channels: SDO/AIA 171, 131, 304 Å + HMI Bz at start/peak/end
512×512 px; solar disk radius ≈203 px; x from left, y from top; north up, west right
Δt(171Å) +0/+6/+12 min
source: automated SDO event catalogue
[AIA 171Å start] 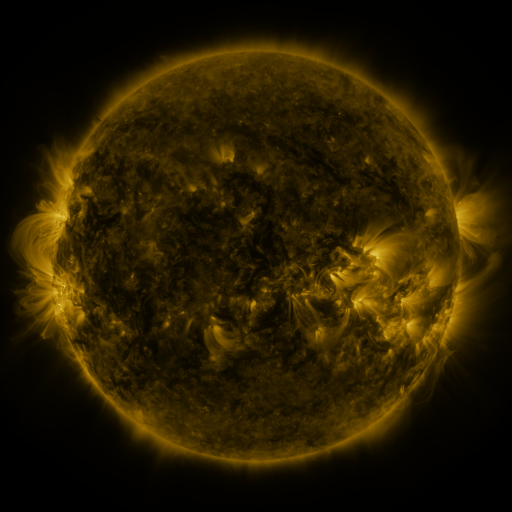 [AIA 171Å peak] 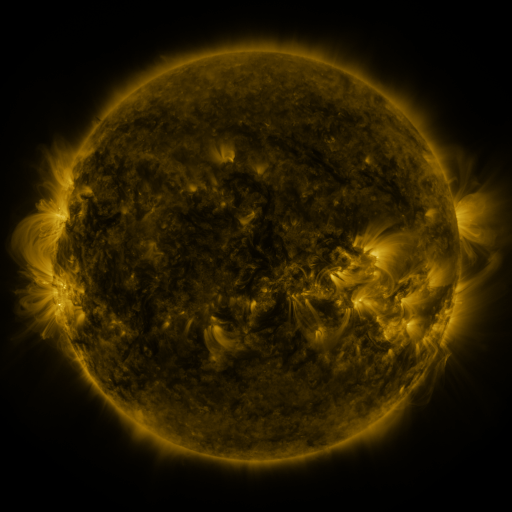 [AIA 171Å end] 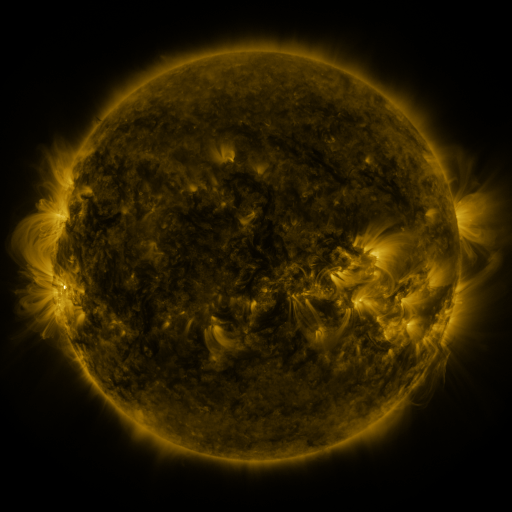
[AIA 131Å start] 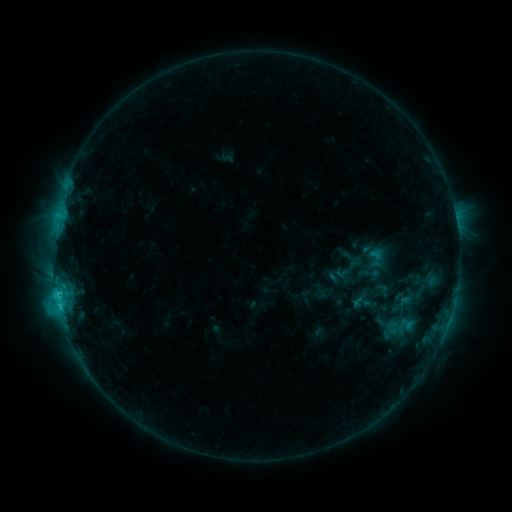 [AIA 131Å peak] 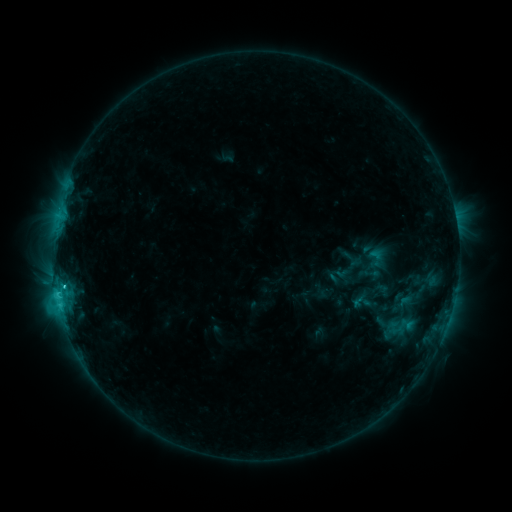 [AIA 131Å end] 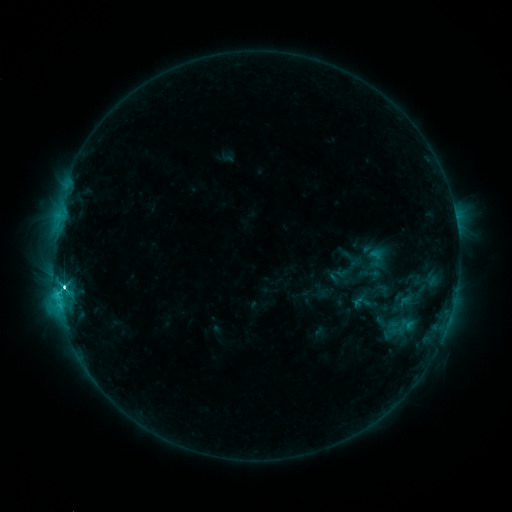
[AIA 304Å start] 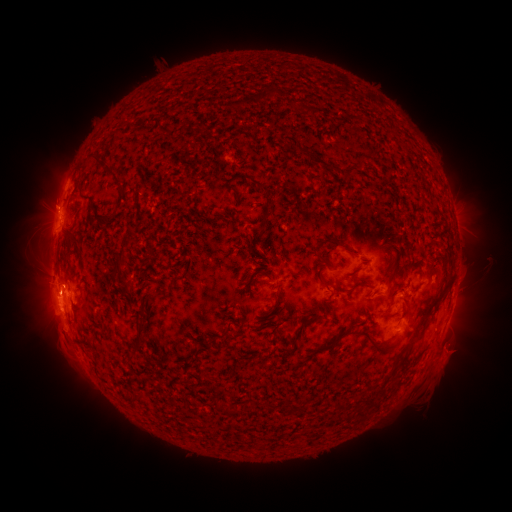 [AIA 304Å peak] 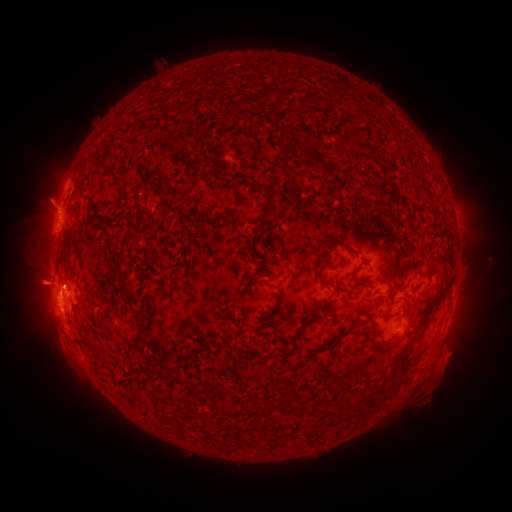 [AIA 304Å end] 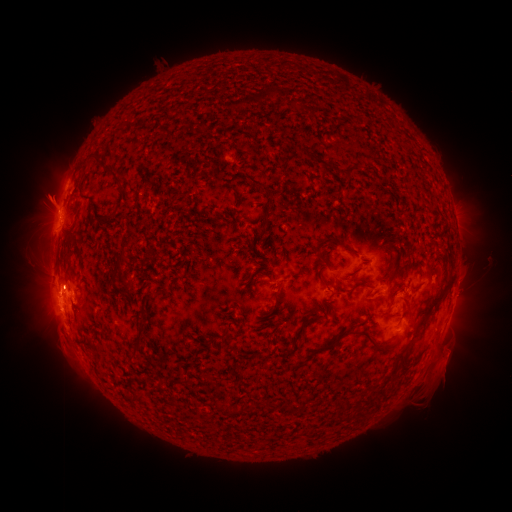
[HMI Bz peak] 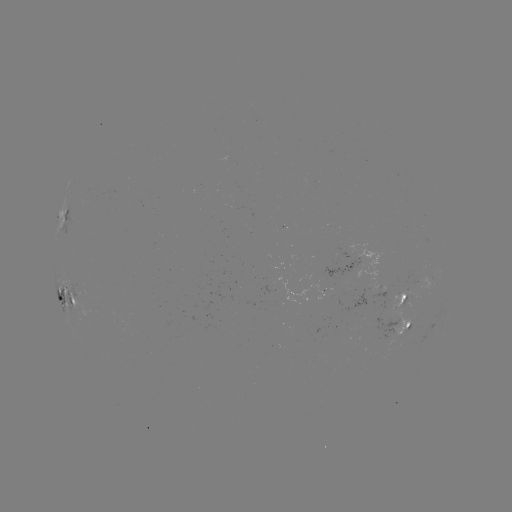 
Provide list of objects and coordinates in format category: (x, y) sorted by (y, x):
eruption: (53, 280)
